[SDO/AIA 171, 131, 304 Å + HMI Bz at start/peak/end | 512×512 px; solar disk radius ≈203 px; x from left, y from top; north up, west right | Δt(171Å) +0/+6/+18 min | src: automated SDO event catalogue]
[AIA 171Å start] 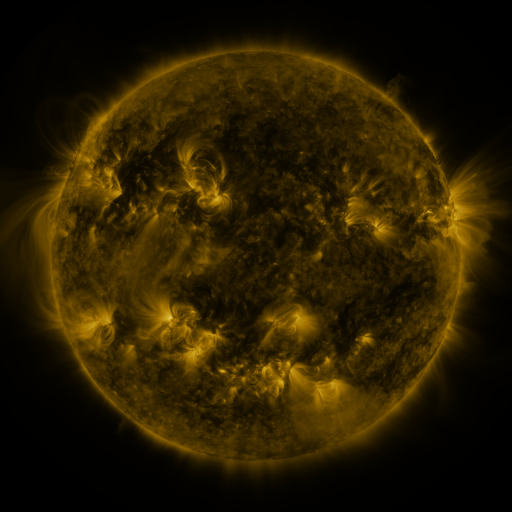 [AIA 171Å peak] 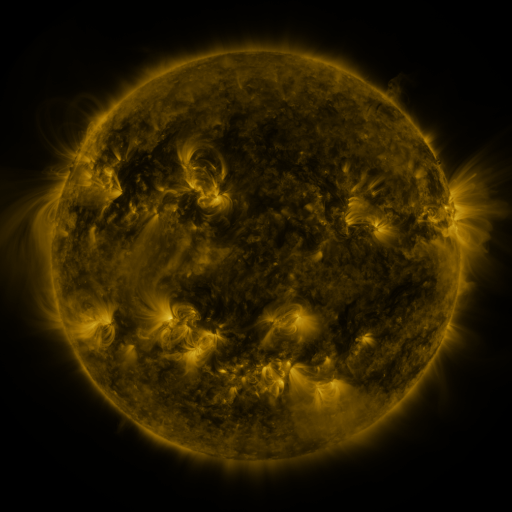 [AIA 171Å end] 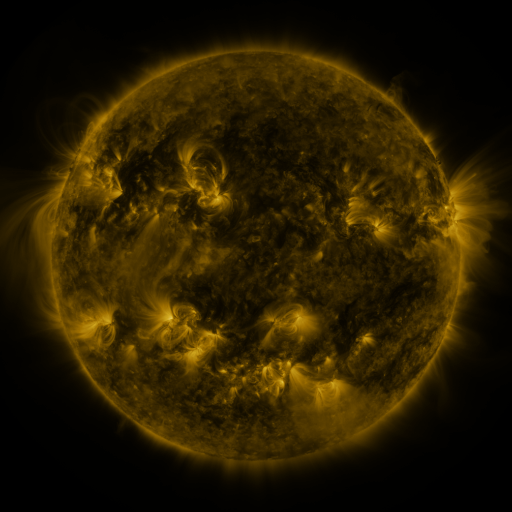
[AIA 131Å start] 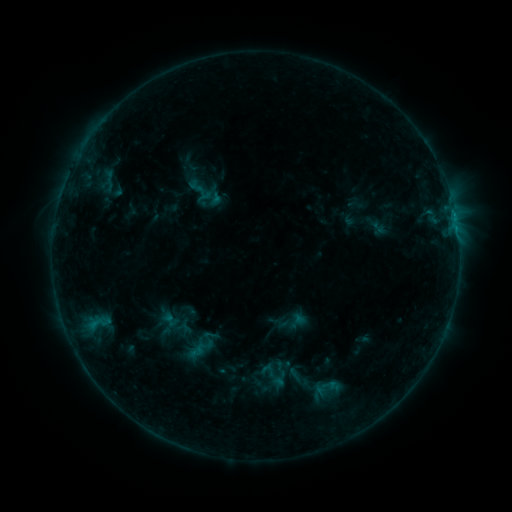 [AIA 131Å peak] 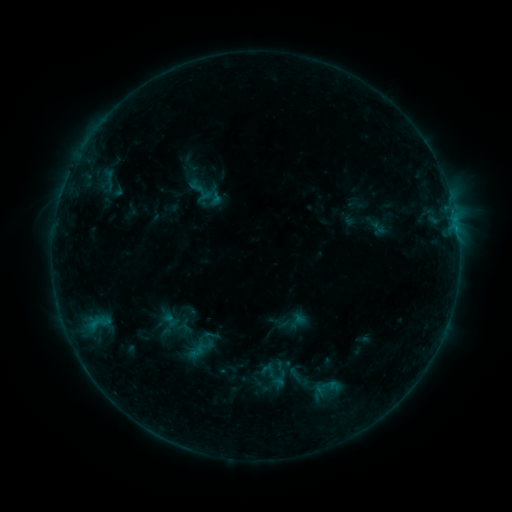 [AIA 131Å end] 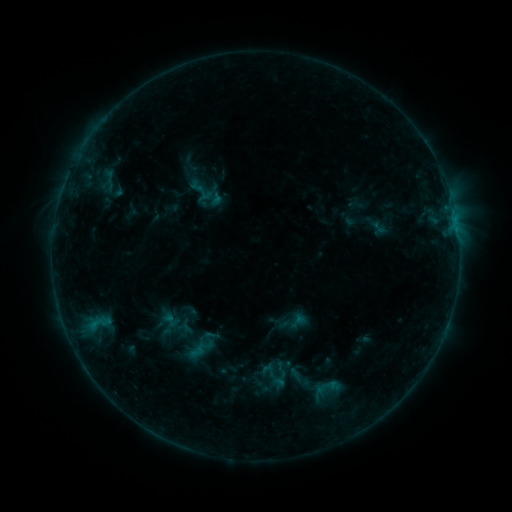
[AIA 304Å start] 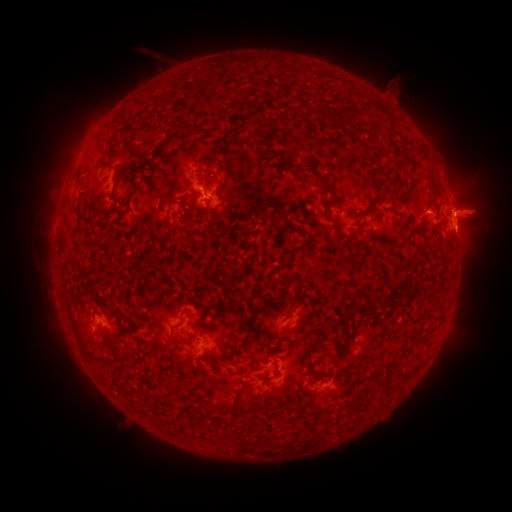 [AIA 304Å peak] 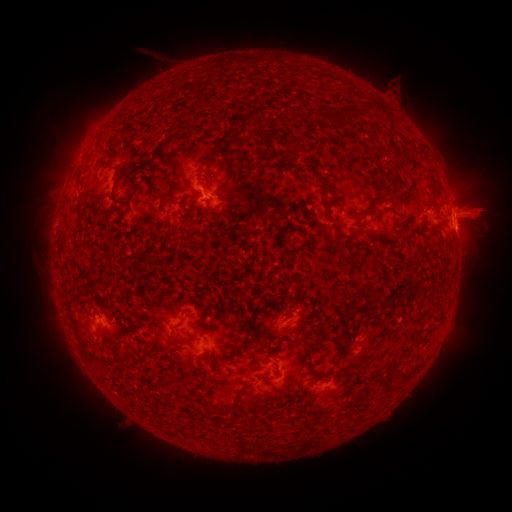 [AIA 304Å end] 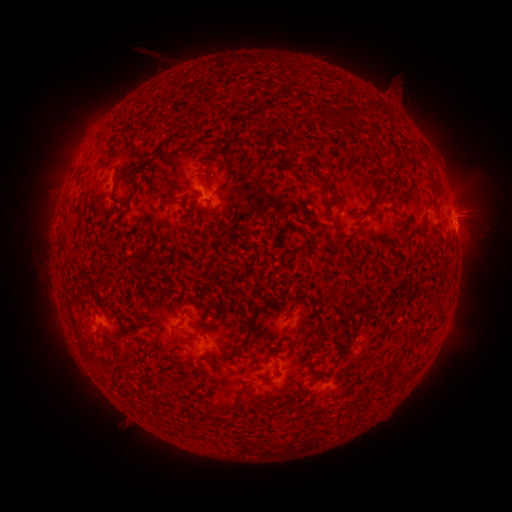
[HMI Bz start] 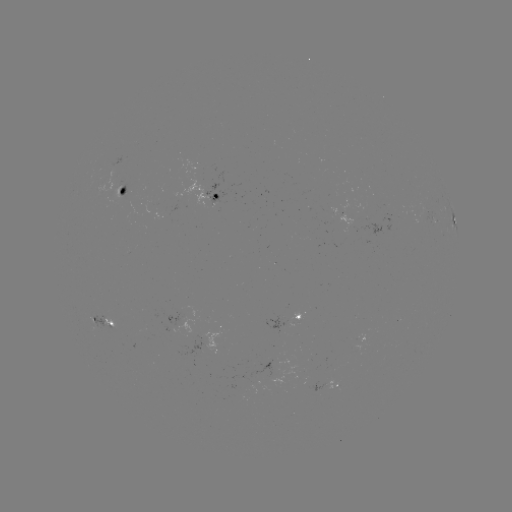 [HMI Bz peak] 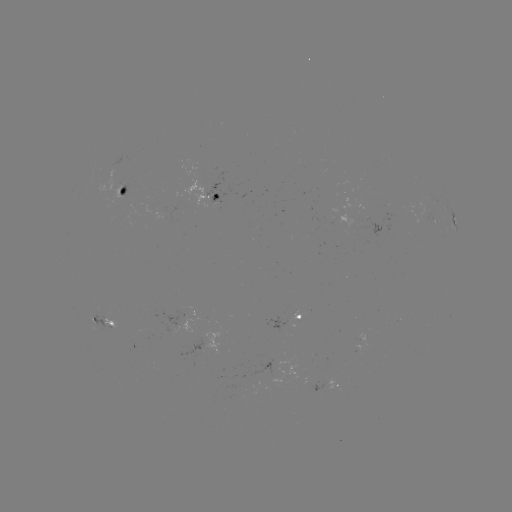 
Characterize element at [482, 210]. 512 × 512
eruption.